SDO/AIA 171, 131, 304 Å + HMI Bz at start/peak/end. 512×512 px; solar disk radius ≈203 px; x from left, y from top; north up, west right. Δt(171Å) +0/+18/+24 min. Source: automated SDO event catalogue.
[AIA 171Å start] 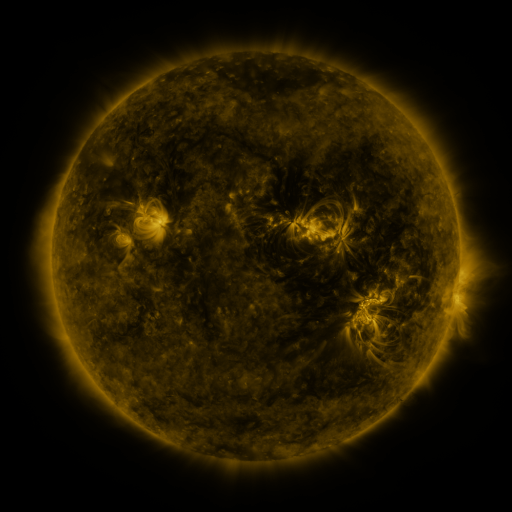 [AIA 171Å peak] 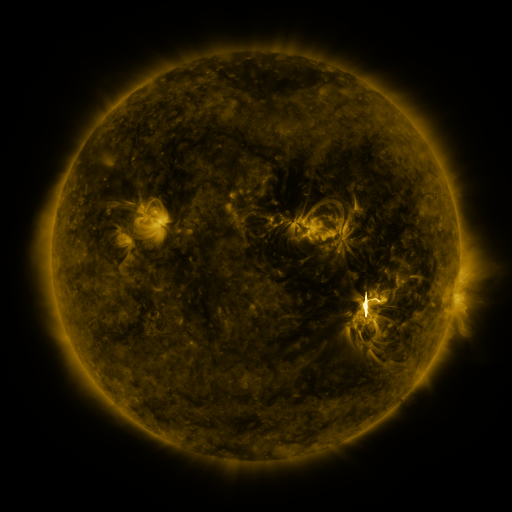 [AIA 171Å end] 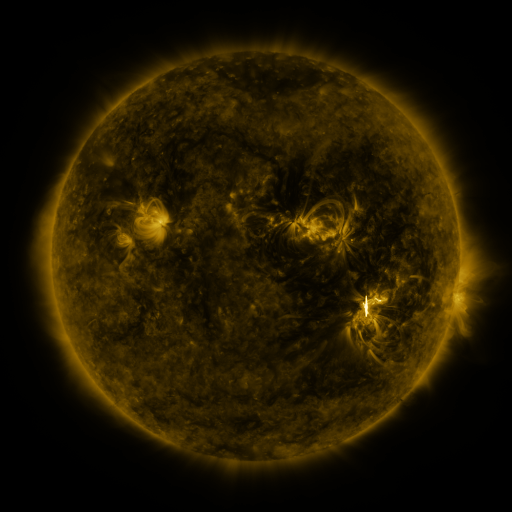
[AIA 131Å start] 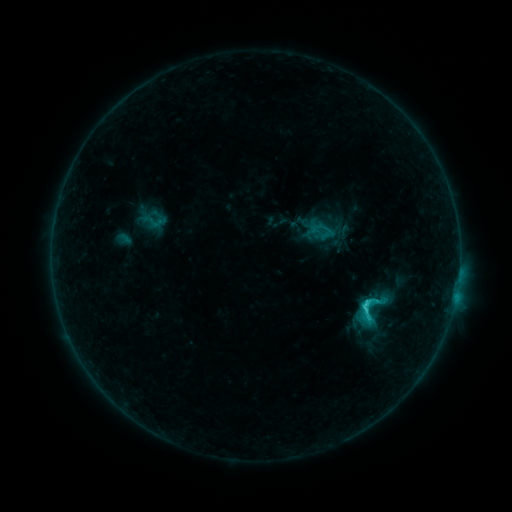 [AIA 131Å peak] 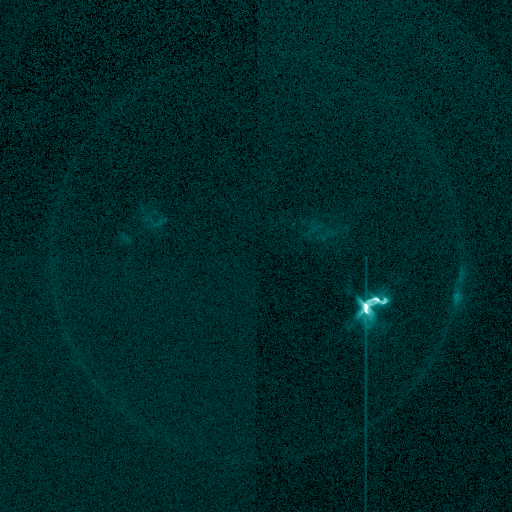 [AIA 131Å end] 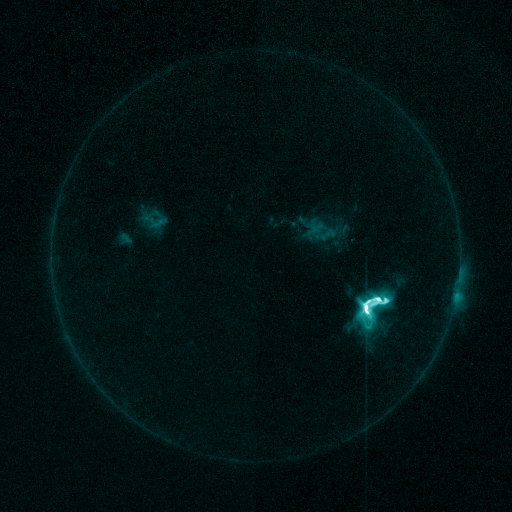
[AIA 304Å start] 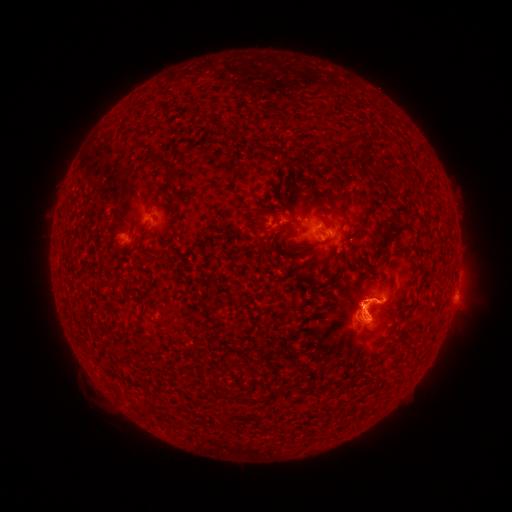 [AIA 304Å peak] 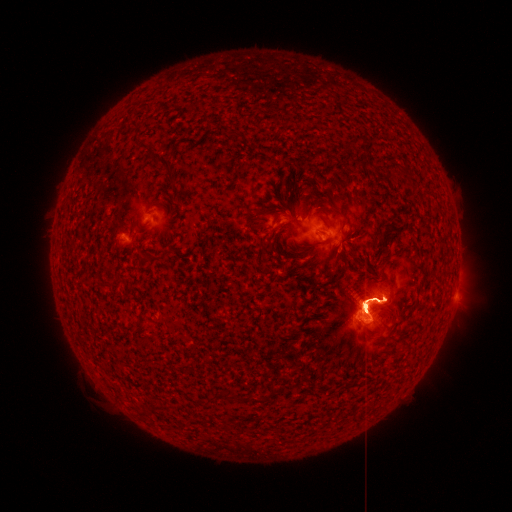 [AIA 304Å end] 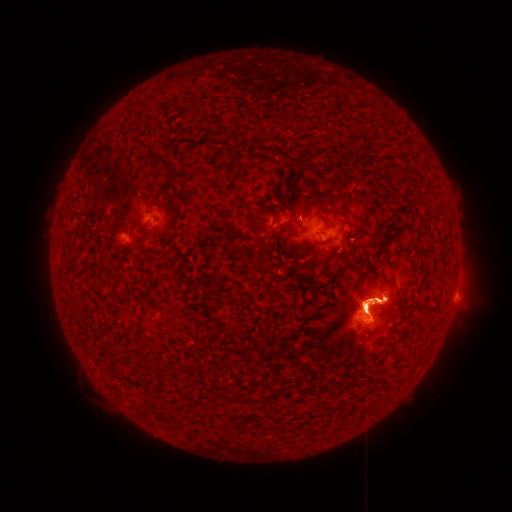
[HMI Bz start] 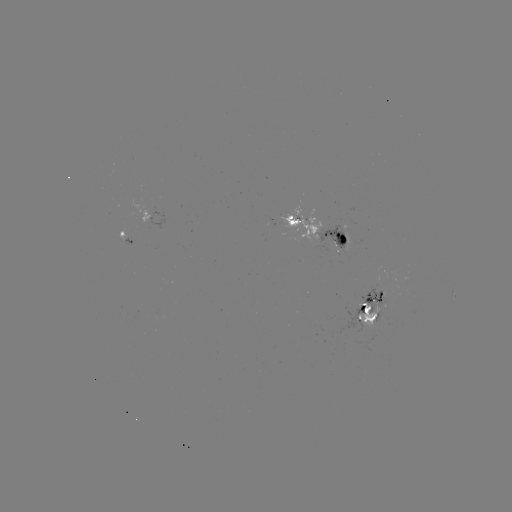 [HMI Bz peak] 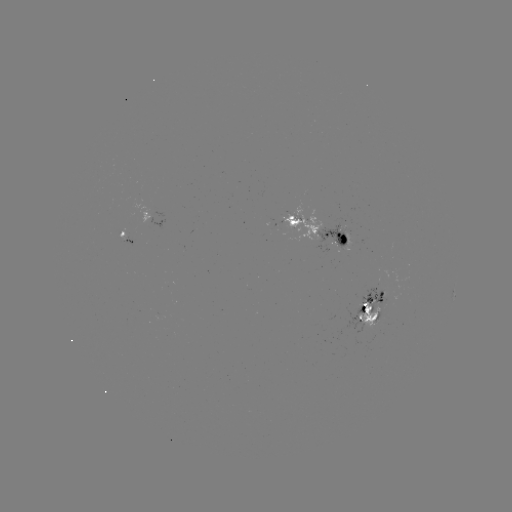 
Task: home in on X2.2 flare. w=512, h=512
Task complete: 363,305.